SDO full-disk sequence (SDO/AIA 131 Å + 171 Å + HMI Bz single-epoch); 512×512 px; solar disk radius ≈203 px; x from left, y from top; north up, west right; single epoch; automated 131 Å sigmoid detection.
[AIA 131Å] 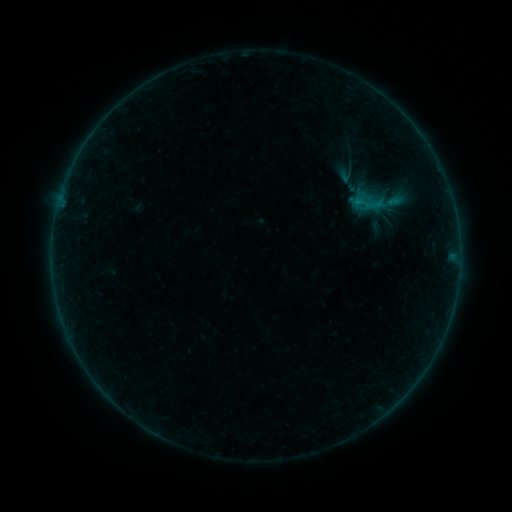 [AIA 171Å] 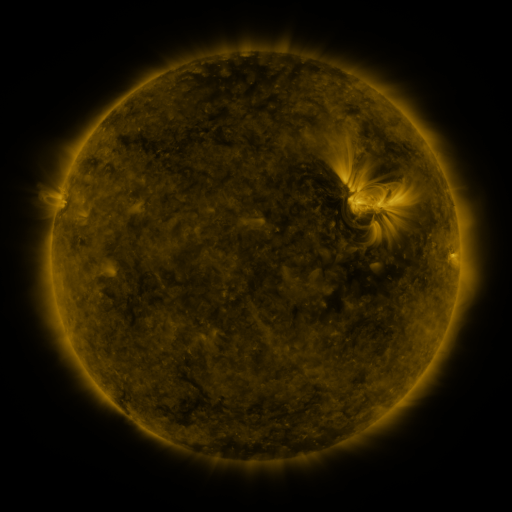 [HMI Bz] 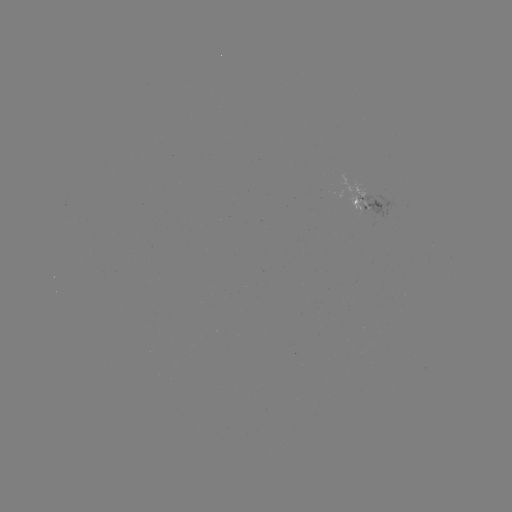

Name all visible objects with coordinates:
sigmoid: [345, 185, 392, 221]
